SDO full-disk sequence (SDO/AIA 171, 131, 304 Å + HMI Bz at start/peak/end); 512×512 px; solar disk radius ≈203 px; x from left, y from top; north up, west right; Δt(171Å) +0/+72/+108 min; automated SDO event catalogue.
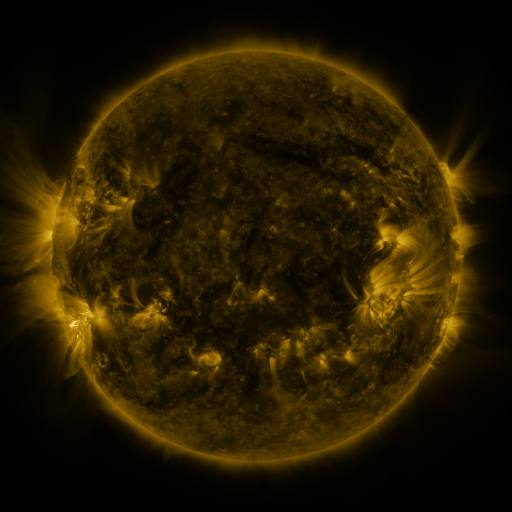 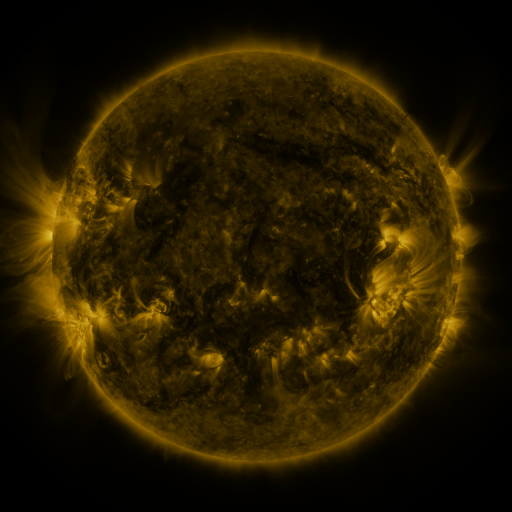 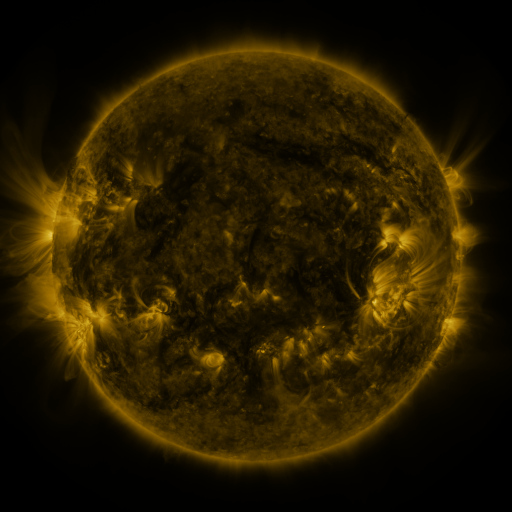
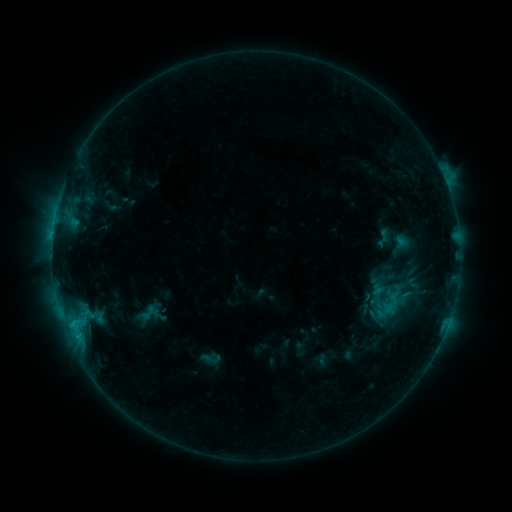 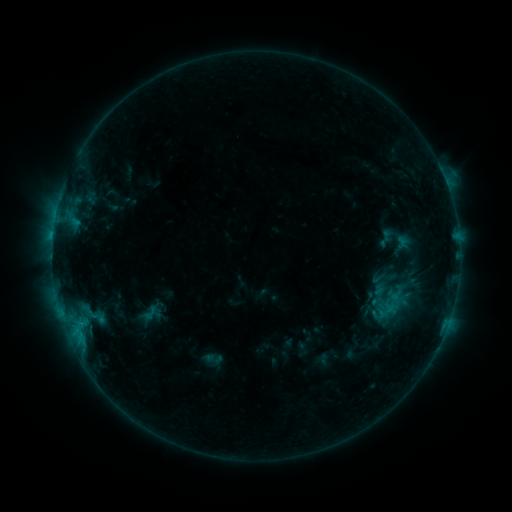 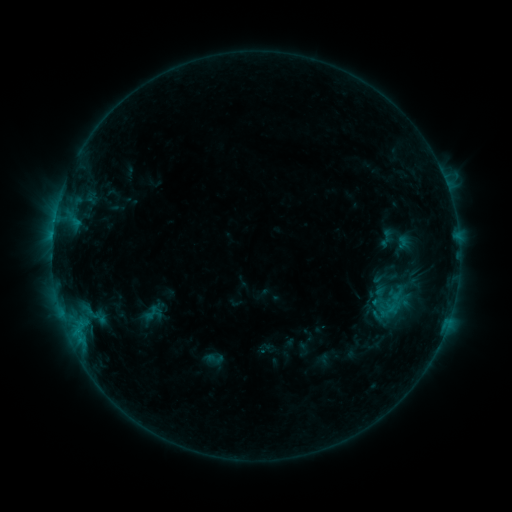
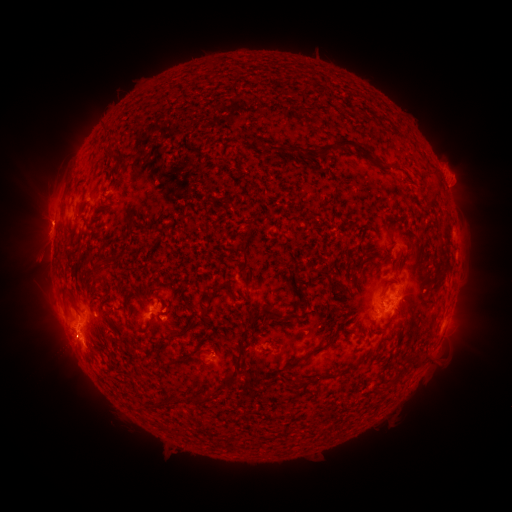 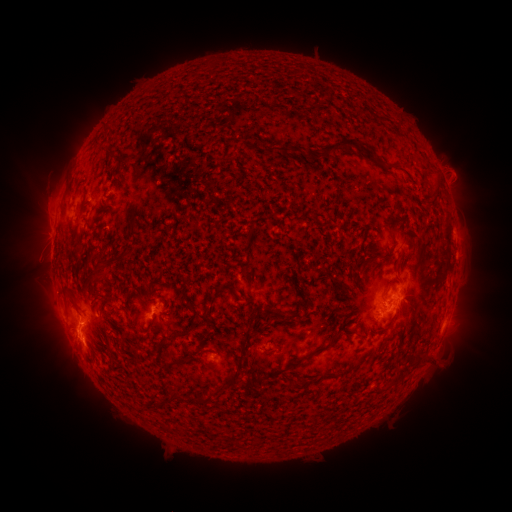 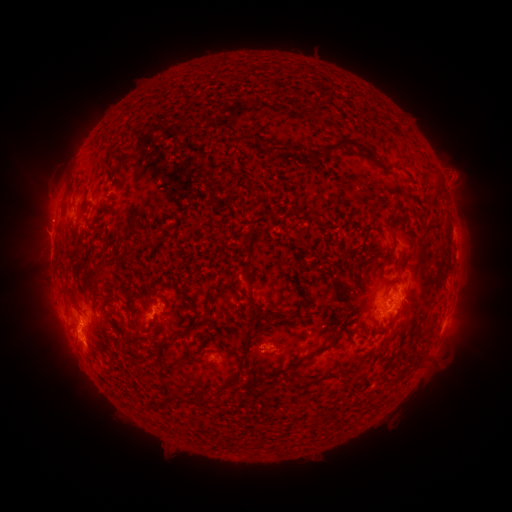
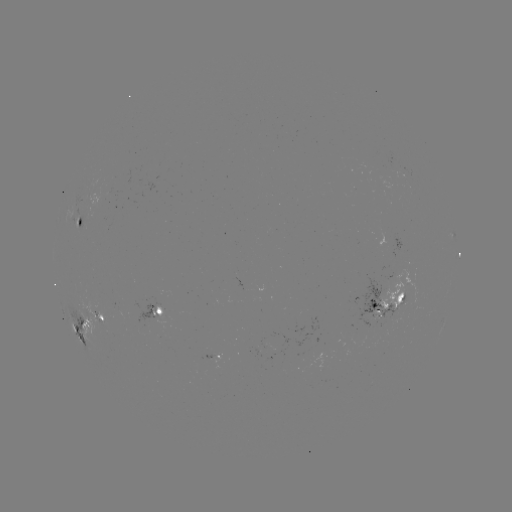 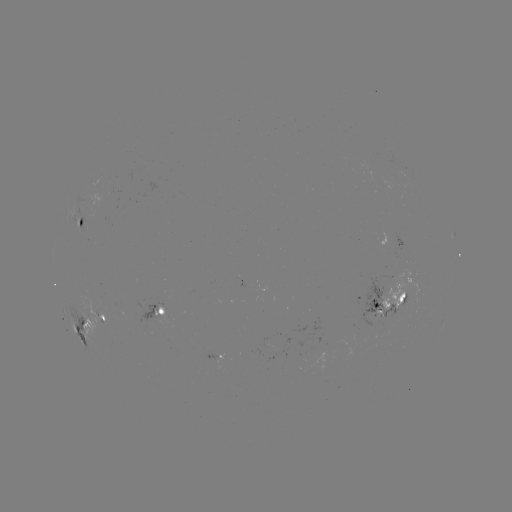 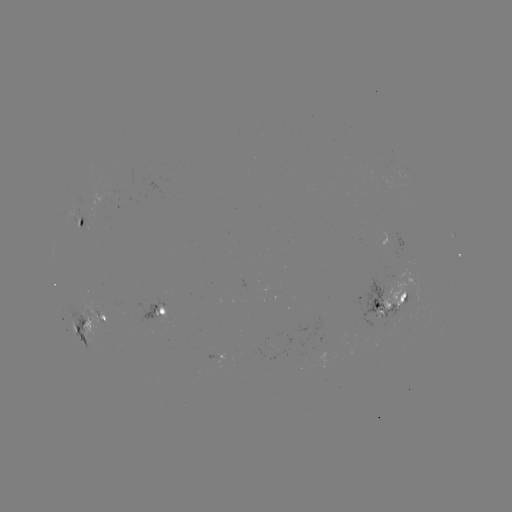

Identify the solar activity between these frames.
emerging-flux region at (390, 321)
